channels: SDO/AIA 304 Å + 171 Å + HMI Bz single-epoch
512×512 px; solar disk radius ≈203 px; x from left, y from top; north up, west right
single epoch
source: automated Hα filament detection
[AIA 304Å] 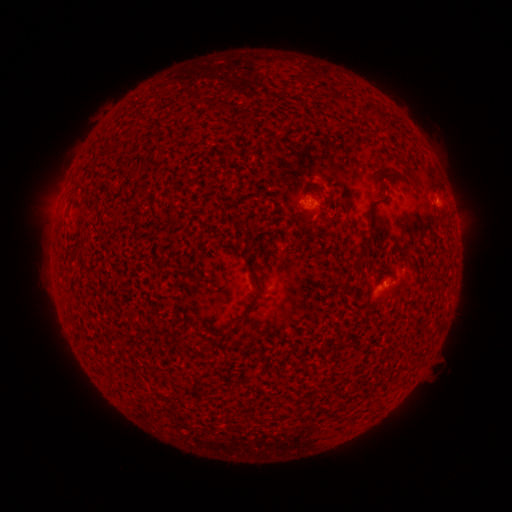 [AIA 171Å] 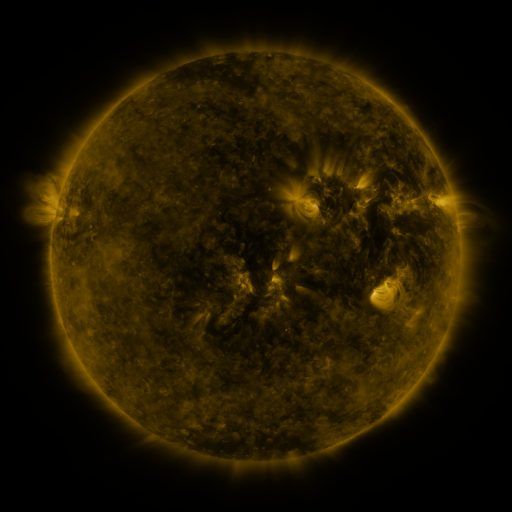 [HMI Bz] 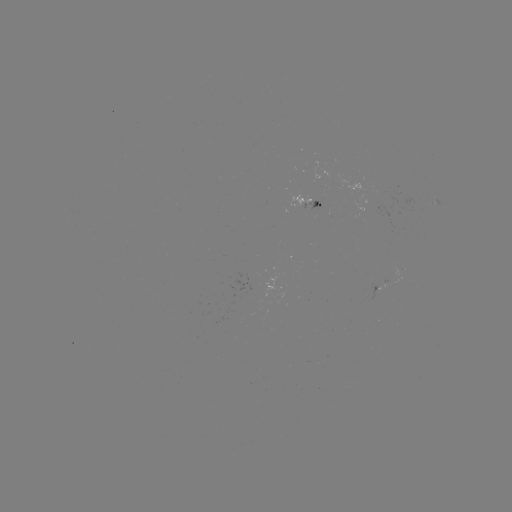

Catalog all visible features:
filament: (367, 103, 386, 127)
filament: (311, 183, 331, 204)
filament: (358, 247, 369, 256)
